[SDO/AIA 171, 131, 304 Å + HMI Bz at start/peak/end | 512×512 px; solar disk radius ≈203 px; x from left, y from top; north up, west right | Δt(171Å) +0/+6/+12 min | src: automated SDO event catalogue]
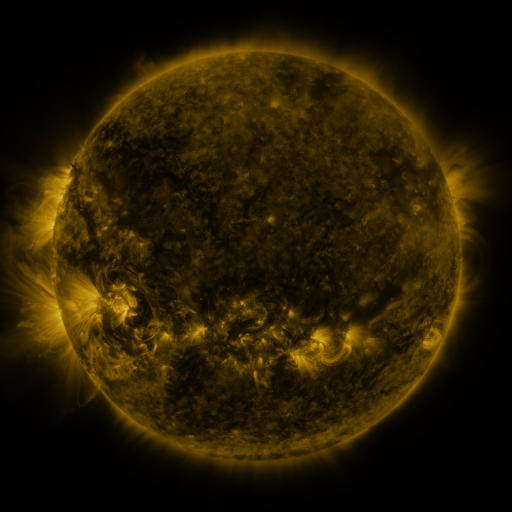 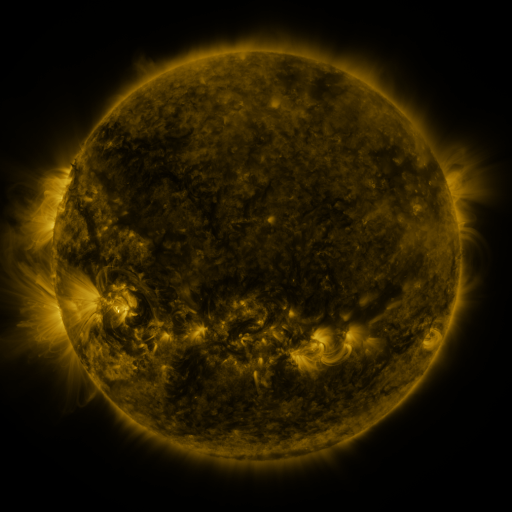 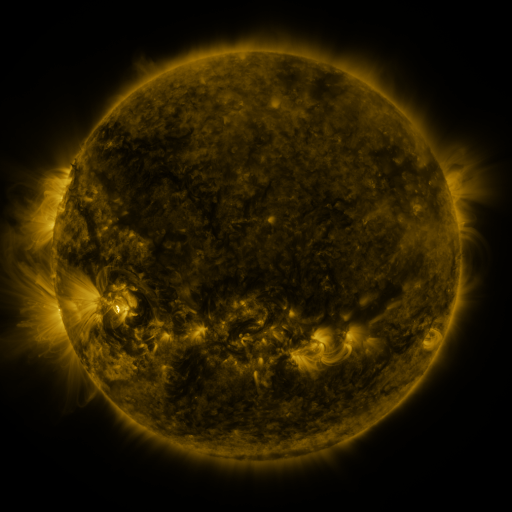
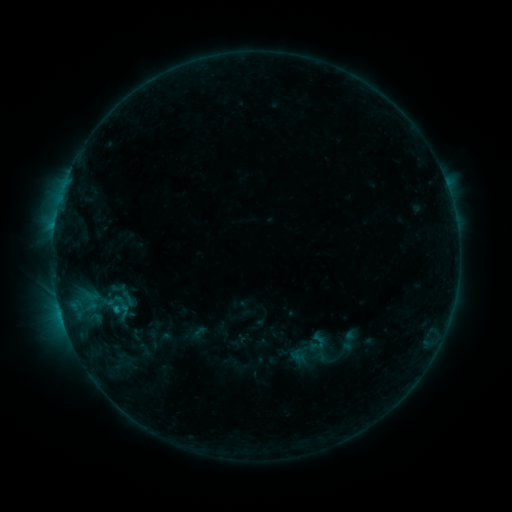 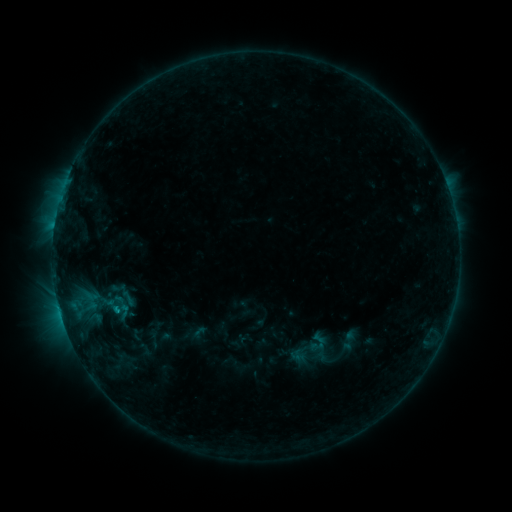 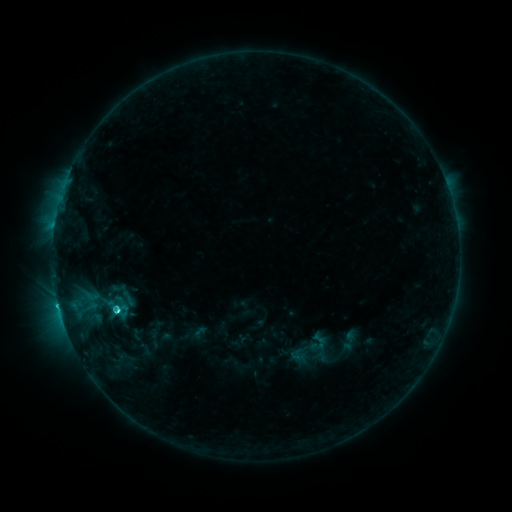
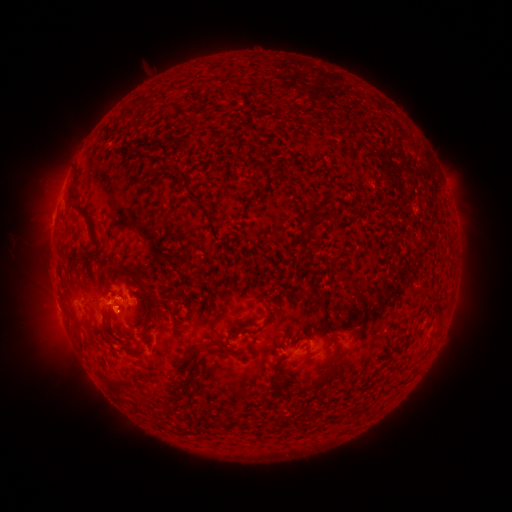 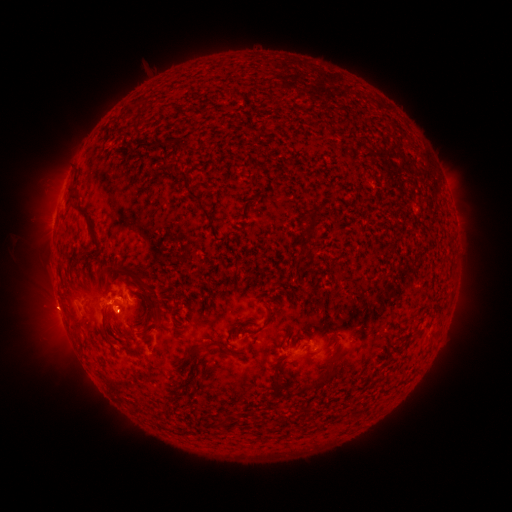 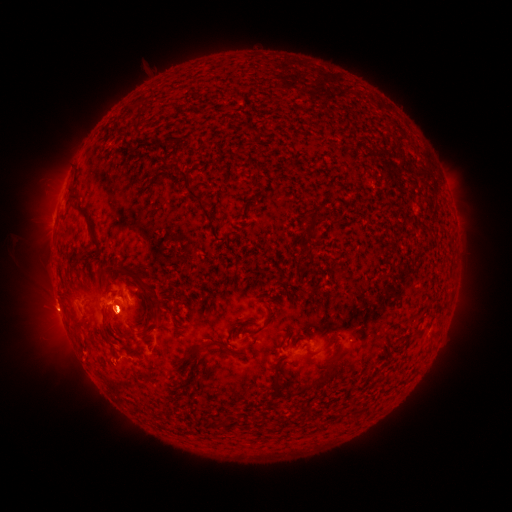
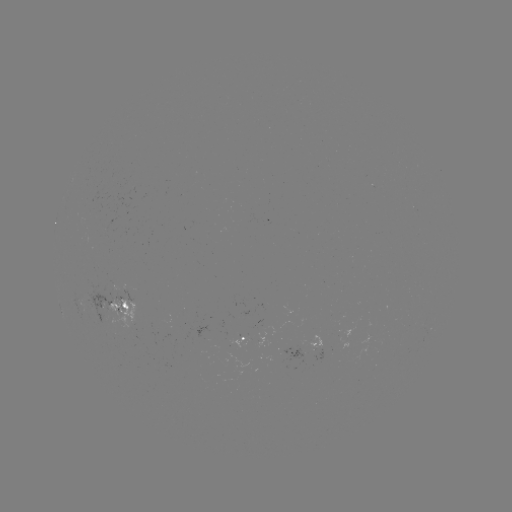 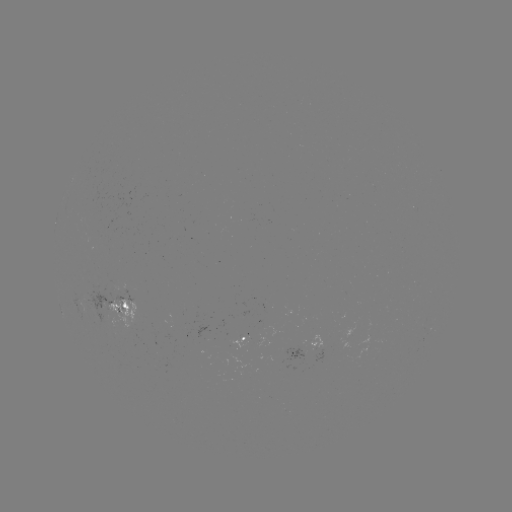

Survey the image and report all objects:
eruption: (58, 313)
